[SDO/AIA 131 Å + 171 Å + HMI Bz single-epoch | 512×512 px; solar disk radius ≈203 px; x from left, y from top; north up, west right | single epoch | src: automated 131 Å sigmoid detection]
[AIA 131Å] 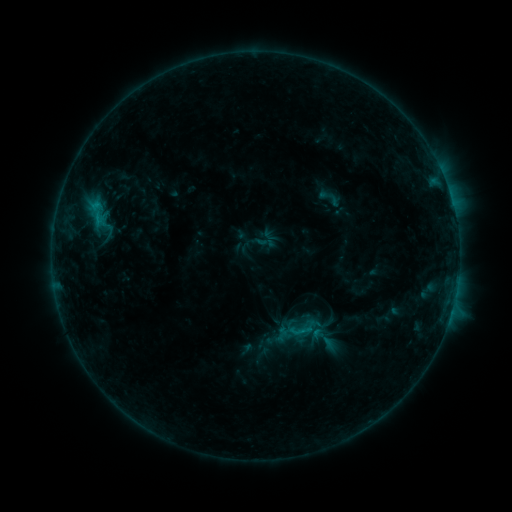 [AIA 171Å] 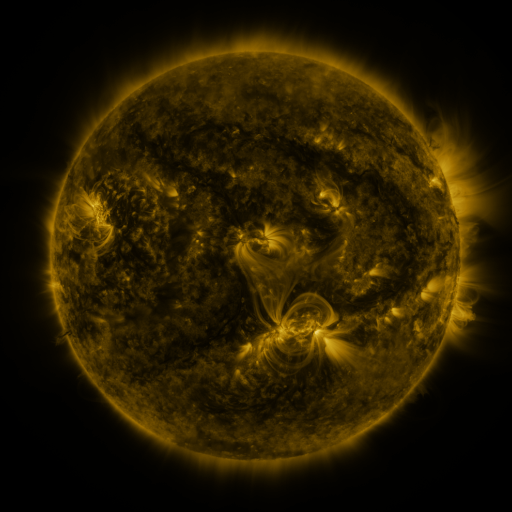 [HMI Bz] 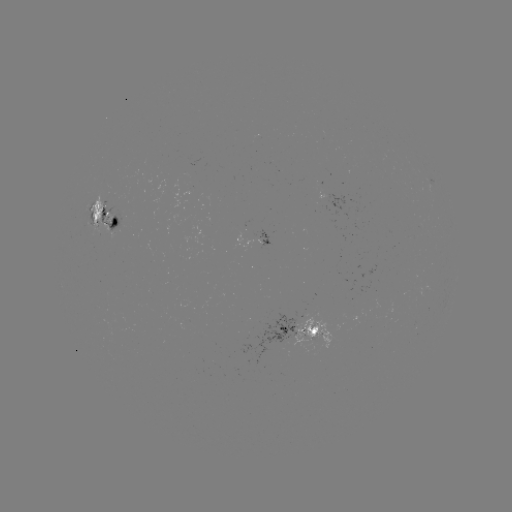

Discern sigmoid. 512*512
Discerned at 300,331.